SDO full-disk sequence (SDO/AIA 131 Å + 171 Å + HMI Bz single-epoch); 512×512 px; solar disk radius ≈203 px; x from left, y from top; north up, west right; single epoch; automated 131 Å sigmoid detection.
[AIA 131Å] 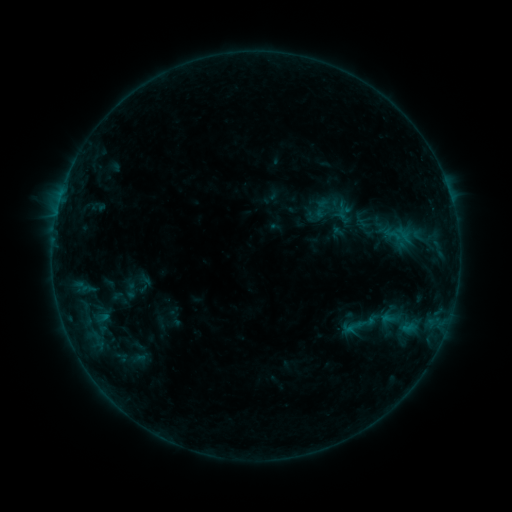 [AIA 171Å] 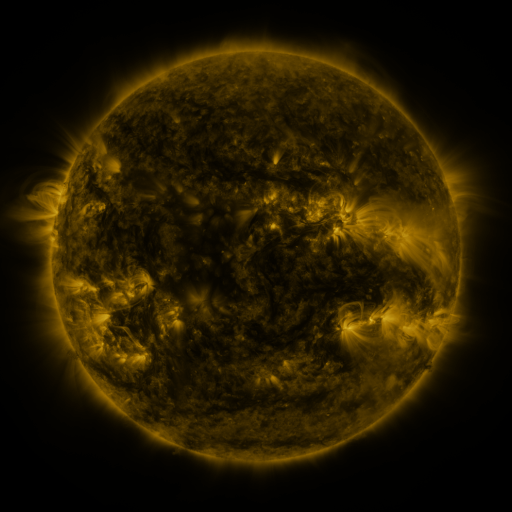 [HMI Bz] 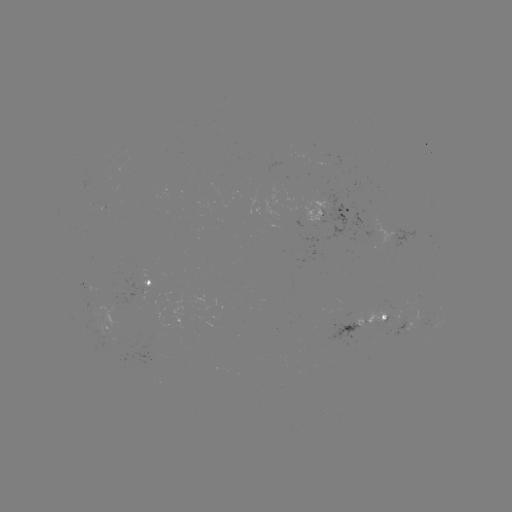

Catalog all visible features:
sigmoid: (131, 291)
sigmoid: (365, 325)
